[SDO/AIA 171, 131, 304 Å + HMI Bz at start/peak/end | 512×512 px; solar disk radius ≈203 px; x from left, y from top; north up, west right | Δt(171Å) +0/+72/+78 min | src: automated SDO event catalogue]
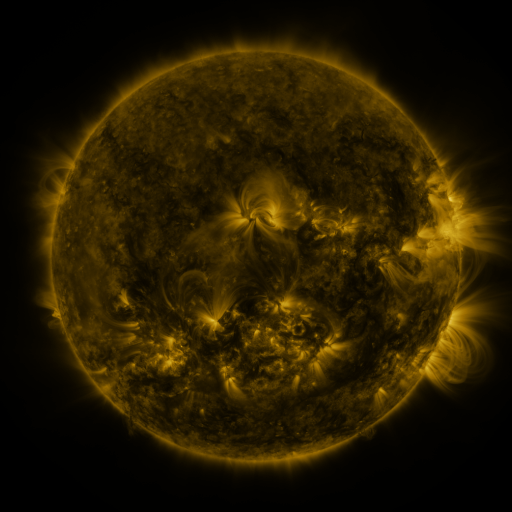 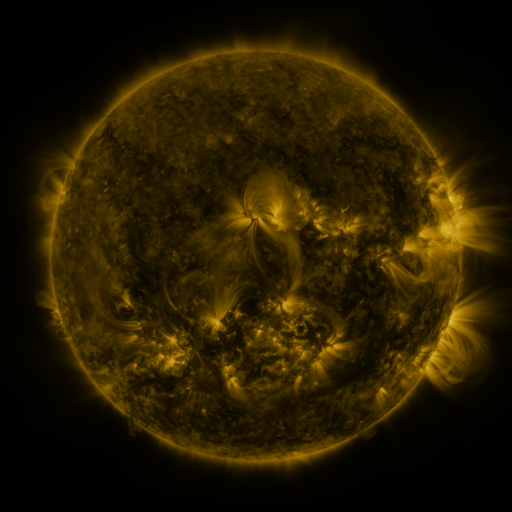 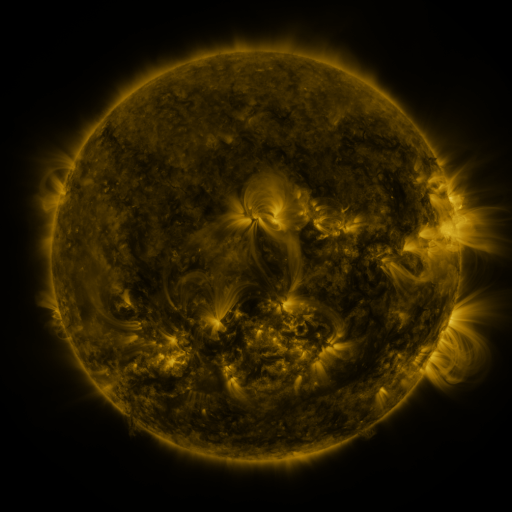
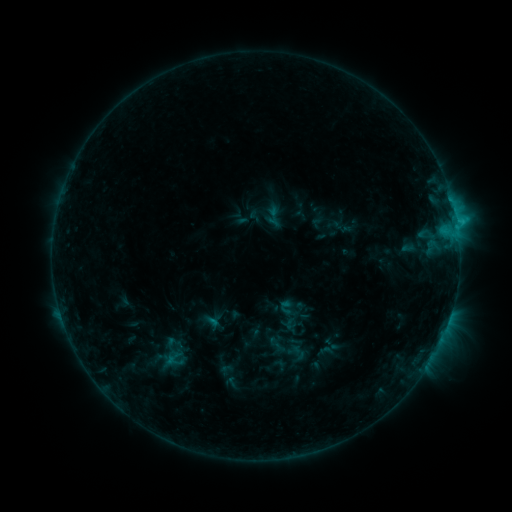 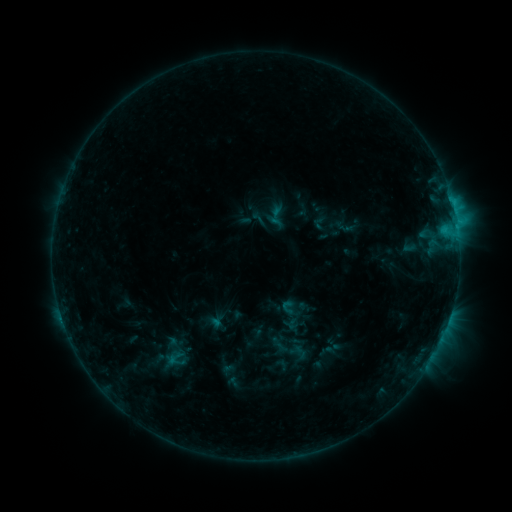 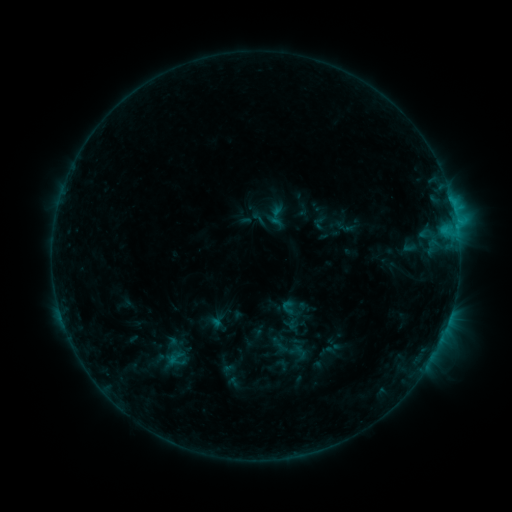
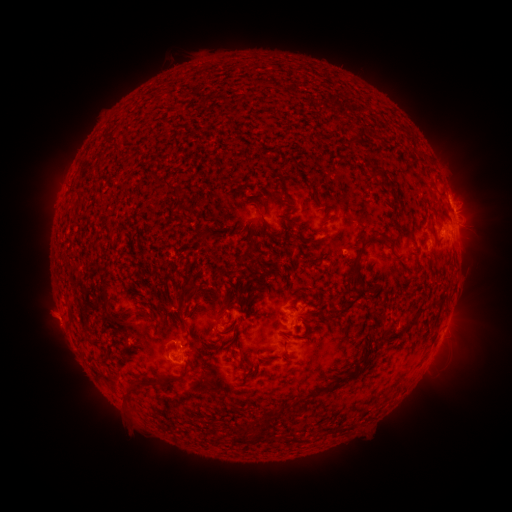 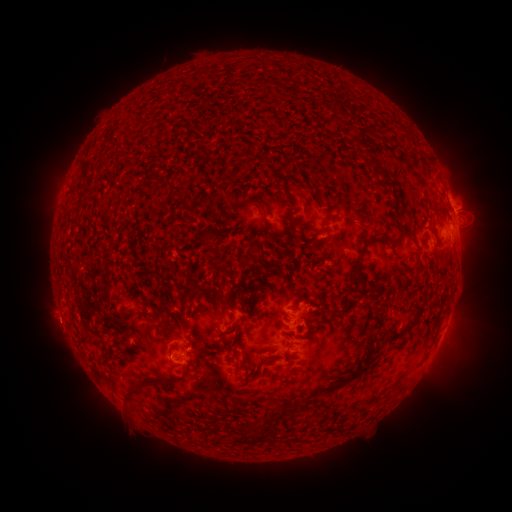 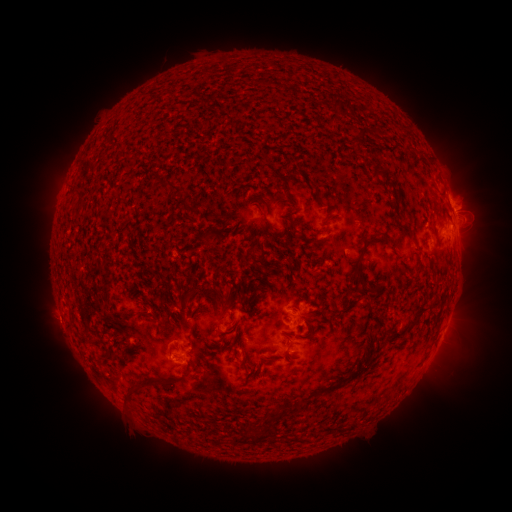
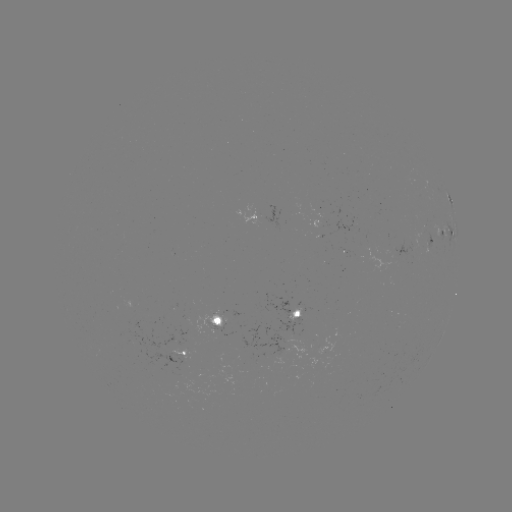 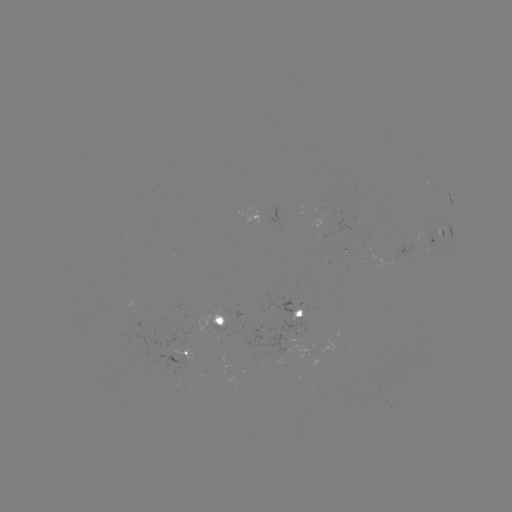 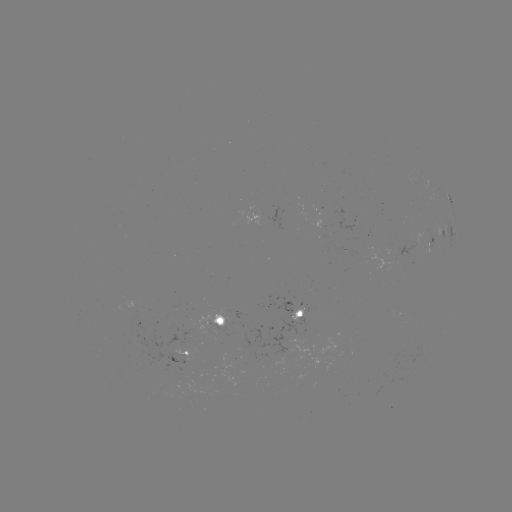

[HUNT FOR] C1.2 flare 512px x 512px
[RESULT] (452, 204)